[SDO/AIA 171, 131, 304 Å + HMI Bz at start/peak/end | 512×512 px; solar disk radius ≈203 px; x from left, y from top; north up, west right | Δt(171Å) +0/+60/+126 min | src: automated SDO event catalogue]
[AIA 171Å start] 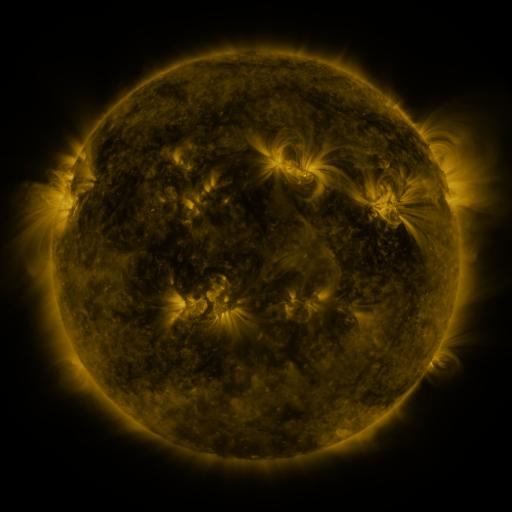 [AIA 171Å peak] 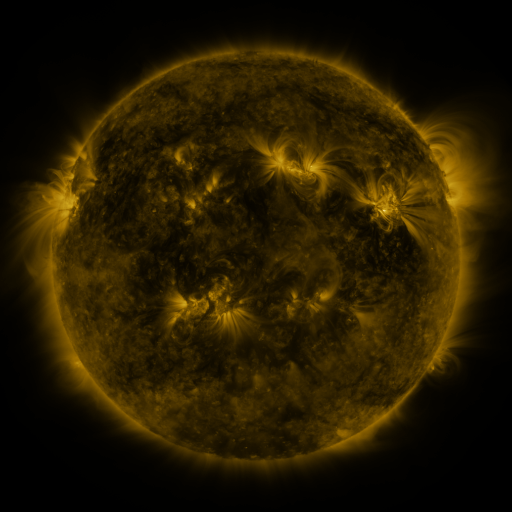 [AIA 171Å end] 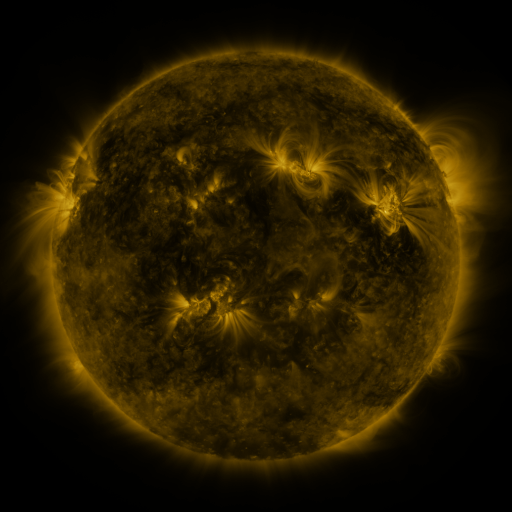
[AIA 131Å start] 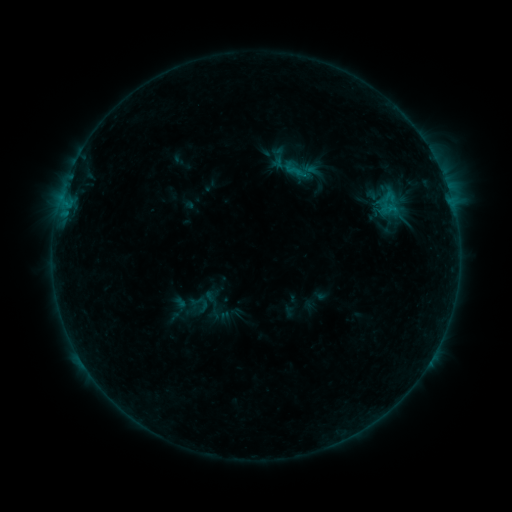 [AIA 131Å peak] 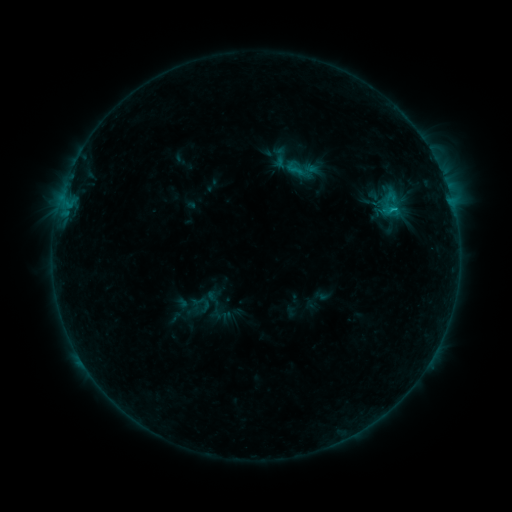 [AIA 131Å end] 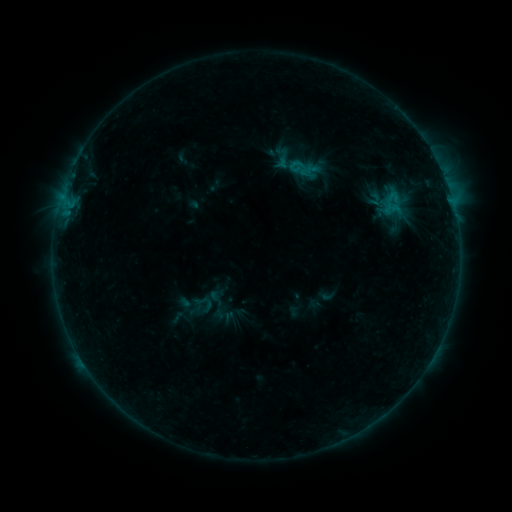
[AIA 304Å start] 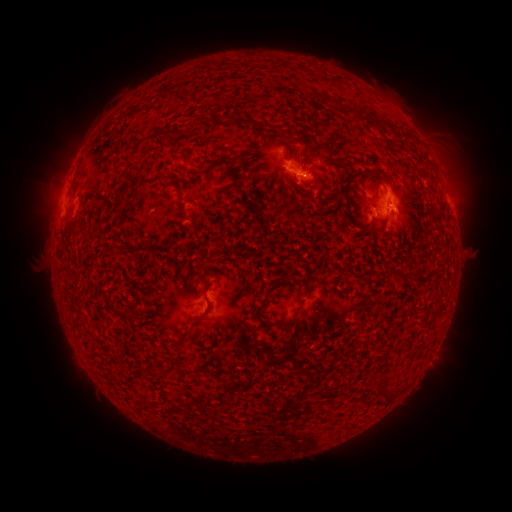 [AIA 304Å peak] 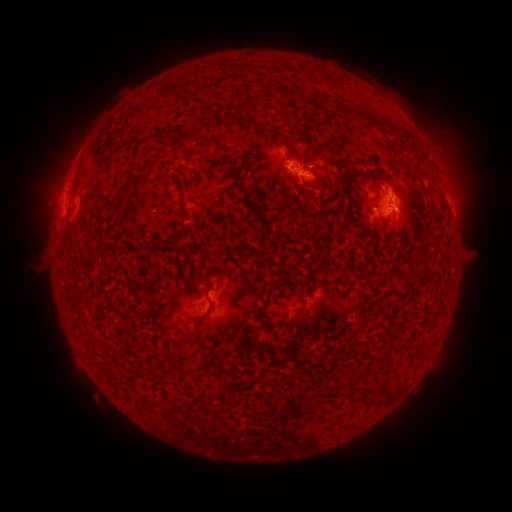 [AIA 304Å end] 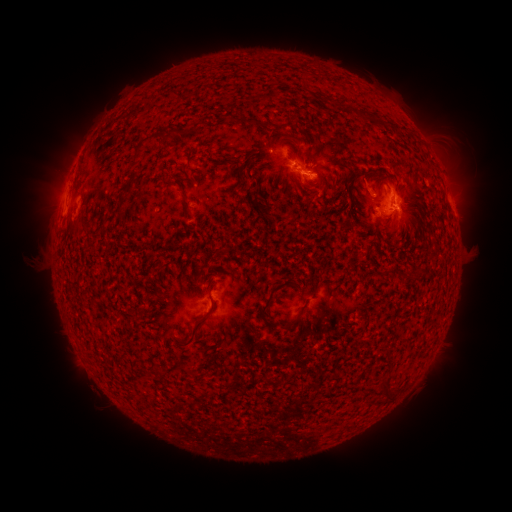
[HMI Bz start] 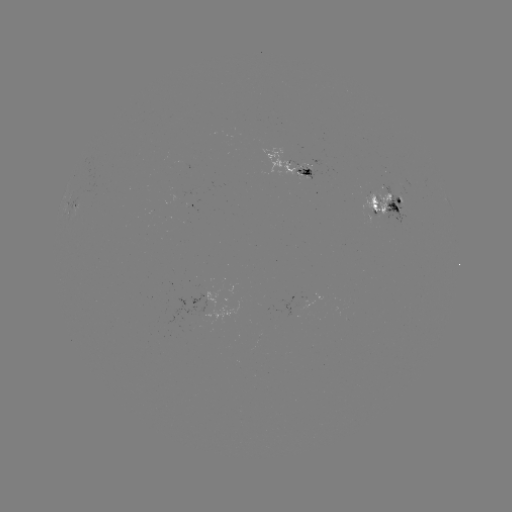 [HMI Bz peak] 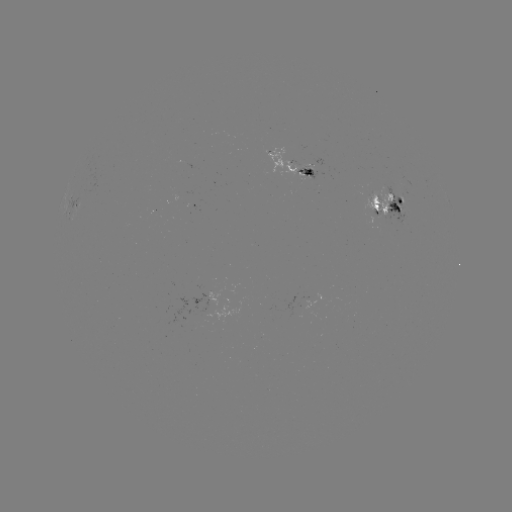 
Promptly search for emerging-flux region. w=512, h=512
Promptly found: (310, 169).